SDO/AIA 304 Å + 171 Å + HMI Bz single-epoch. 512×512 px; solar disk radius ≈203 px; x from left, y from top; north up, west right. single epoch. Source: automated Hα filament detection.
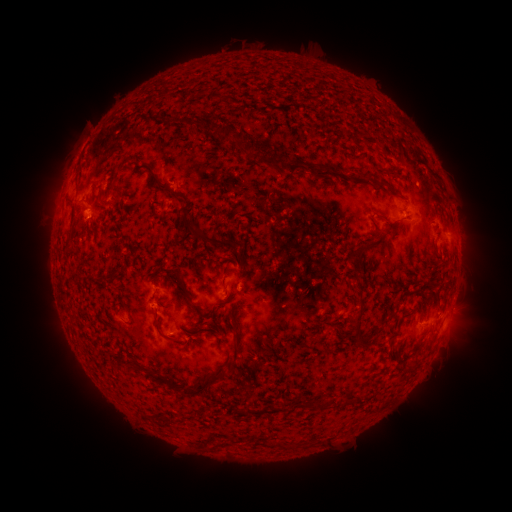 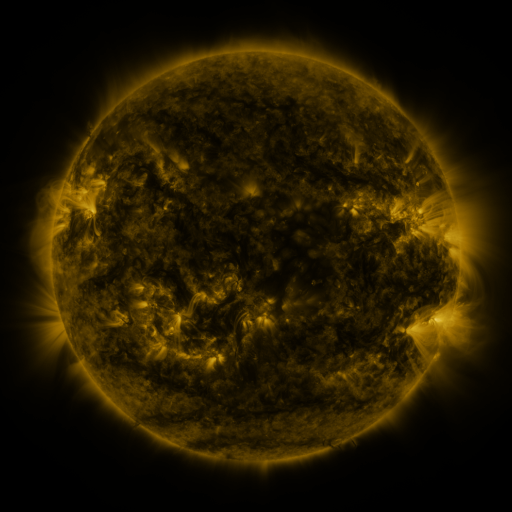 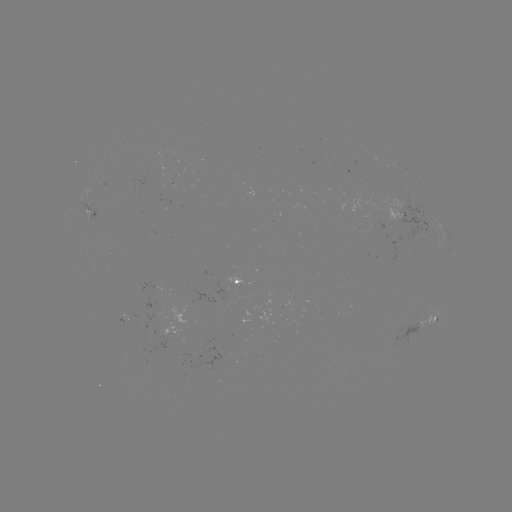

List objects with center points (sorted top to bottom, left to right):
filament: [205, 95, 226, 103]
filament: [194, 116, 228, 145]
filament: [234, 135, 273, 159]
filament: [283, 160, 302, 176]
filament: [377, 165, 394, 176]
filament: [315, 167, 339, 180]
filament: [151, 176, 236, 252]
filament: [368, 178, 386, 187]
filament: [109, 184, 121, 195]
filament: [65, 199, 76, 213]
filament: [354, 235, 382, 252]
filament: [64, 244, 73, 255]
filament: [218, 267, 225, 280]
filament: [169, 268, 220, 323]
filament: [351, 301, 365, 333]
filament: [410, 304, 423, 313]
filament: [153, 316, 183, 345]
filament: [231, 329, 241, 362]
filament: [411, 355, 422, 364]
filament: [144, 368, 163, 384]
filament: [181, 370, 222, 397]
filament: [230, 404, 252, 415]
filament: [269, 438, 288, 448]
